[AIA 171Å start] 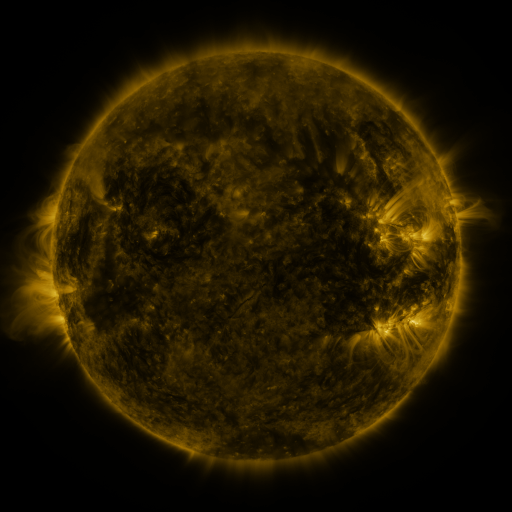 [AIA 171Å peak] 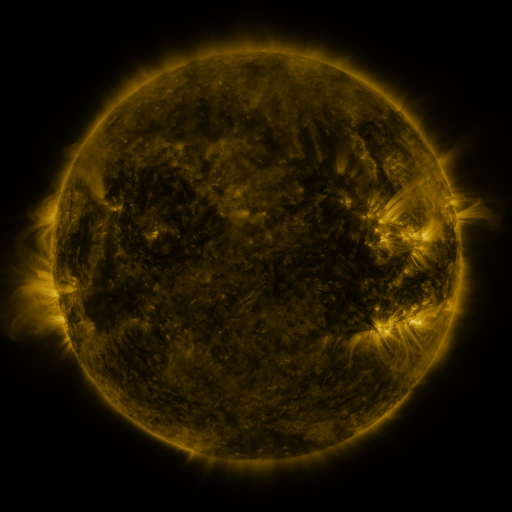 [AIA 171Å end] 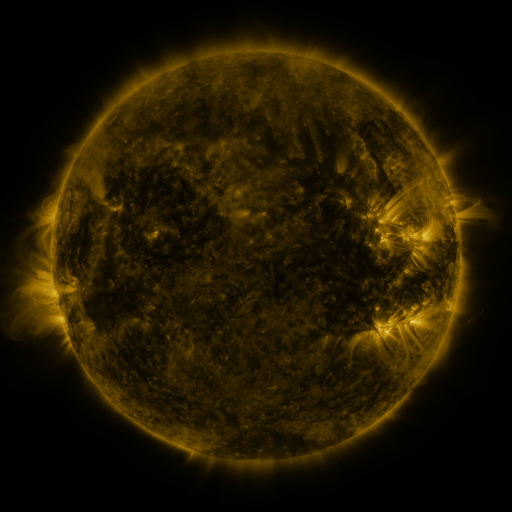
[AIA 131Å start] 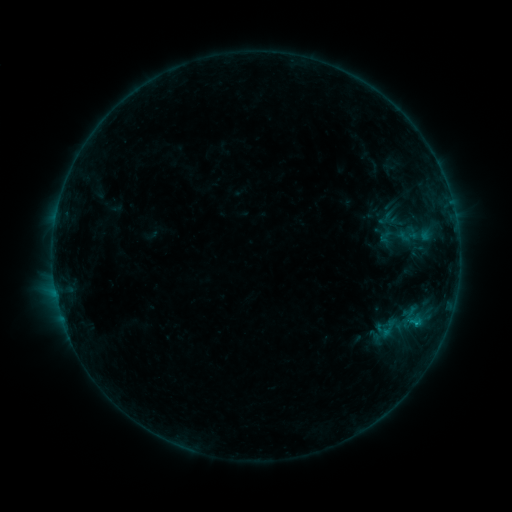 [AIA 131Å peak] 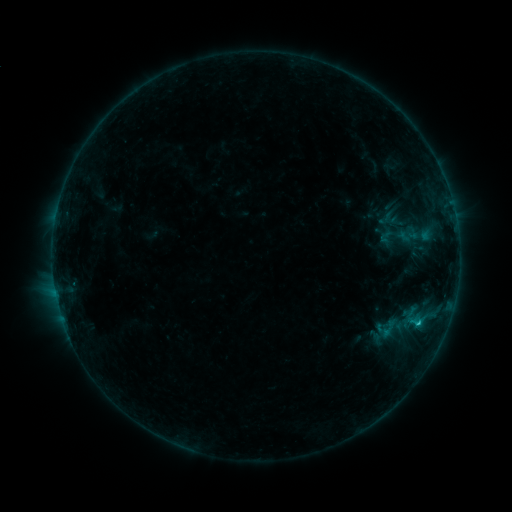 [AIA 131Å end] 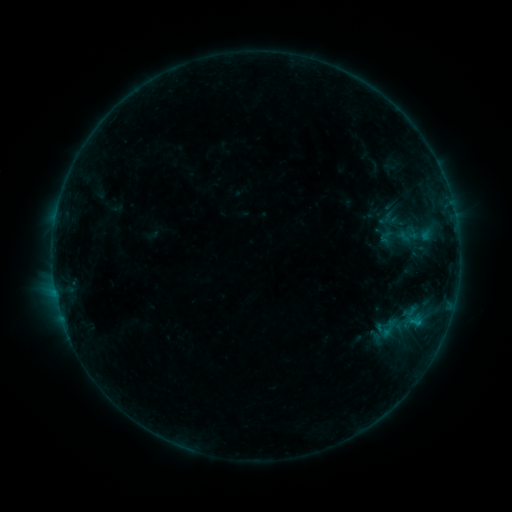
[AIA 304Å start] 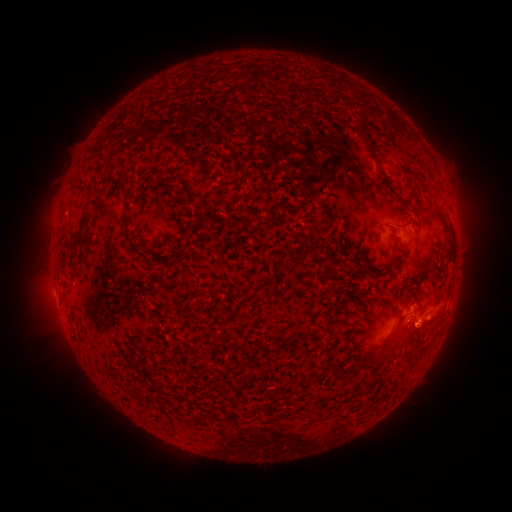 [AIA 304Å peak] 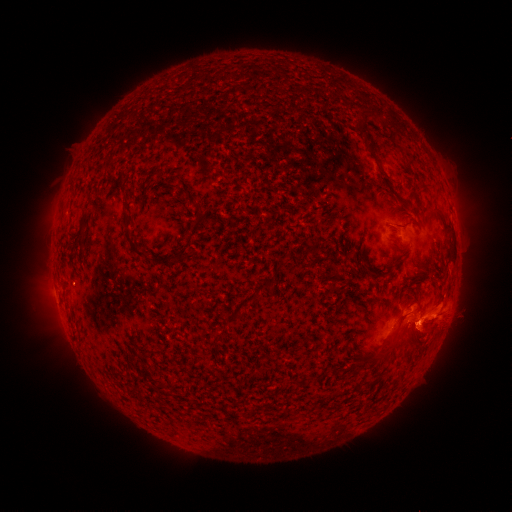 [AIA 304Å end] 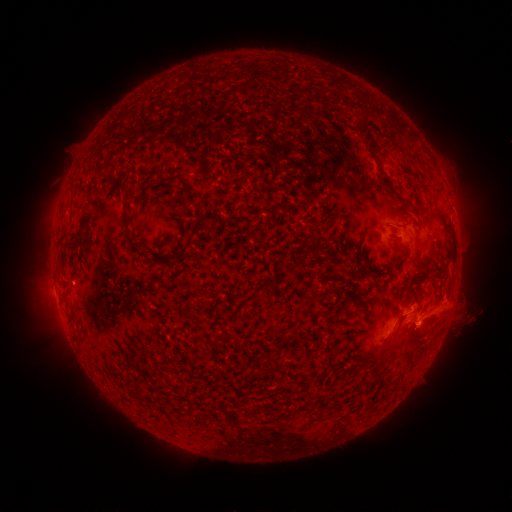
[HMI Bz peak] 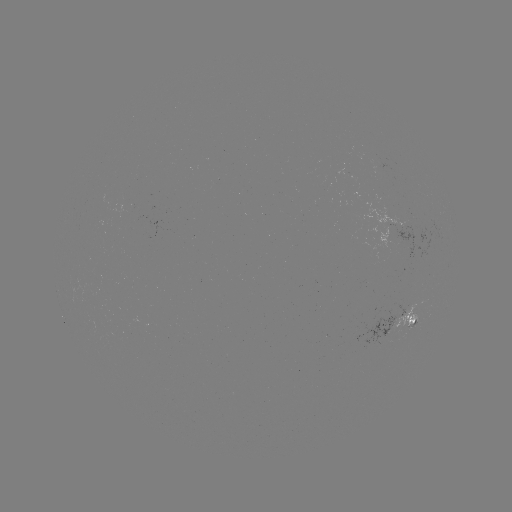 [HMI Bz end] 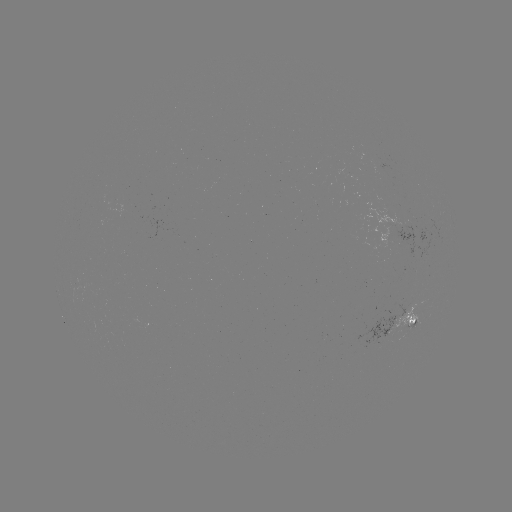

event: eruption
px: (438, 316)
